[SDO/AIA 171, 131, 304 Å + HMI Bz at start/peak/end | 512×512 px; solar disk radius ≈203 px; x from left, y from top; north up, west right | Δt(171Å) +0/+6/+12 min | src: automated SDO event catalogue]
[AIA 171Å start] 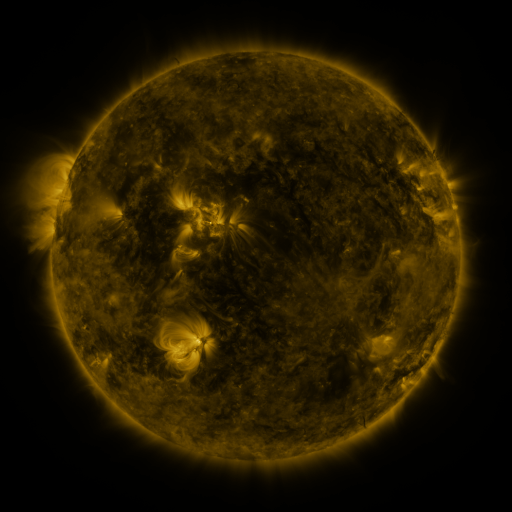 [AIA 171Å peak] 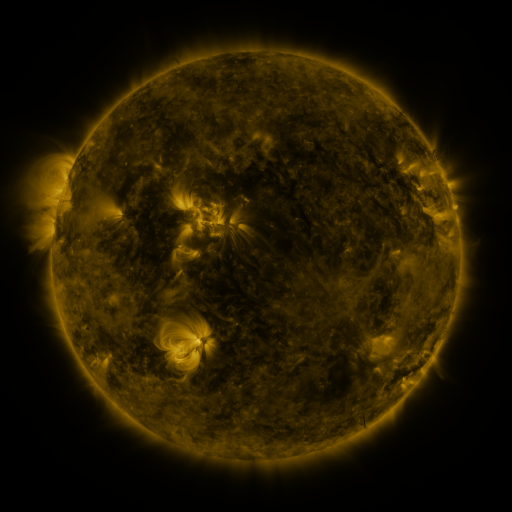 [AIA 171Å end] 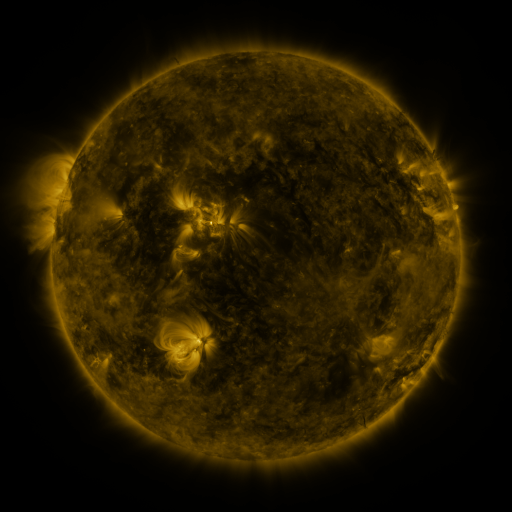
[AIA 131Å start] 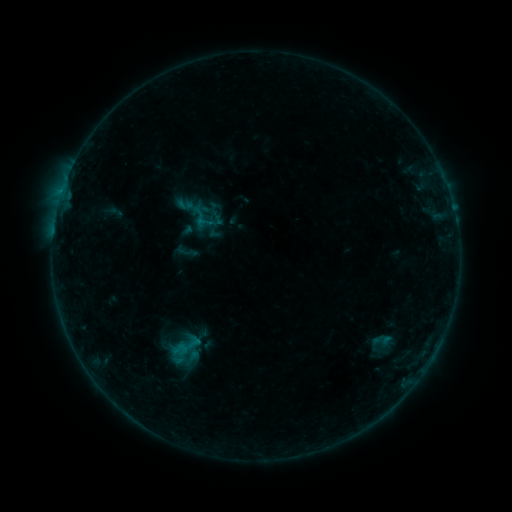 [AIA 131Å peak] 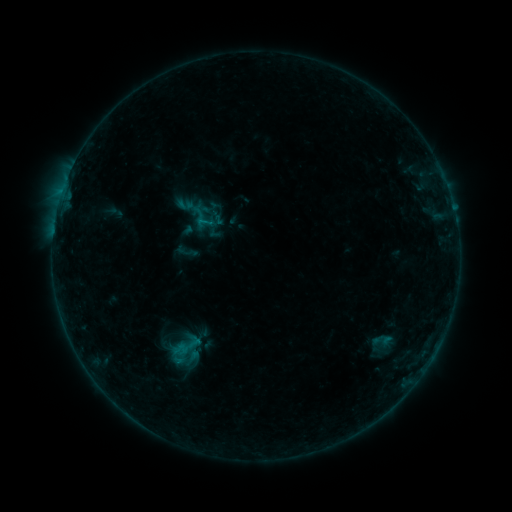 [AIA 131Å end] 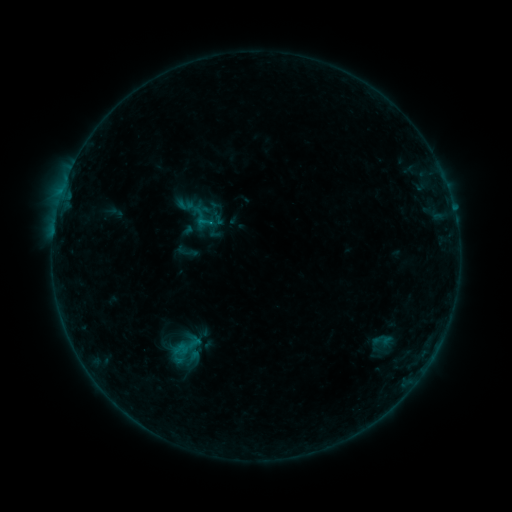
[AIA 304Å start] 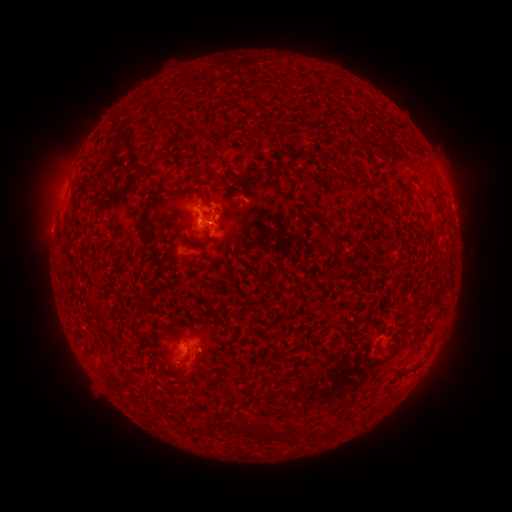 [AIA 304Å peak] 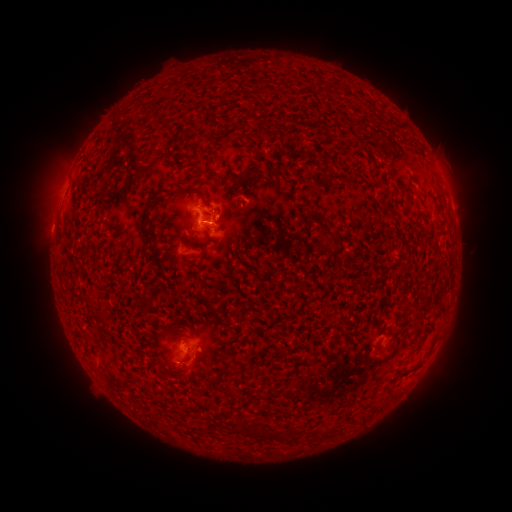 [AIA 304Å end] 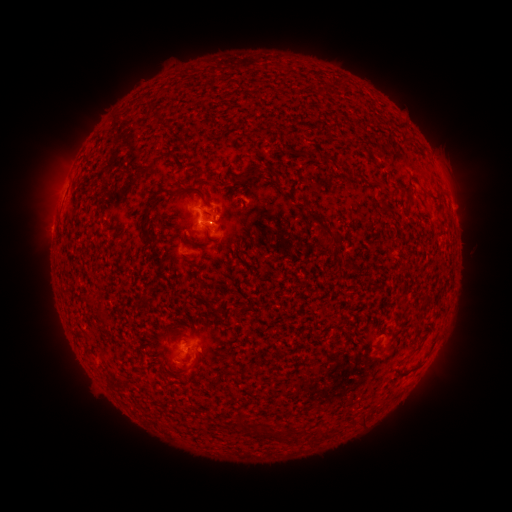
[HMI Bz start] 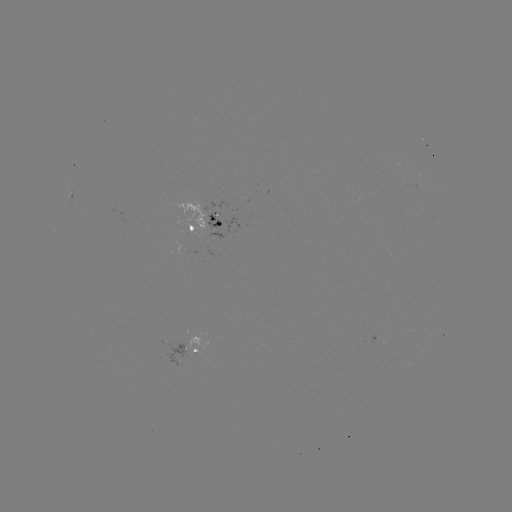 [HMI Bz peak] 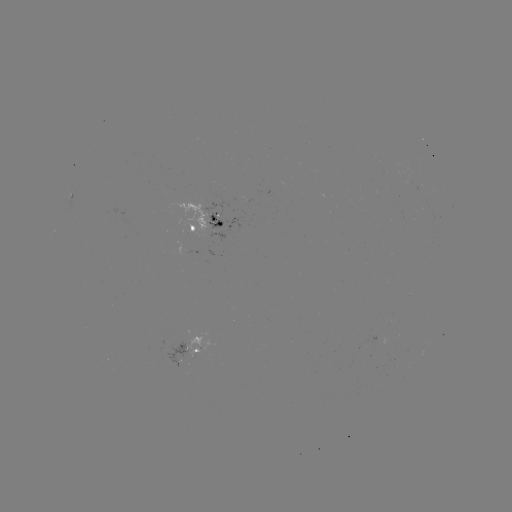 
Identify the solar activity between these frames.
B3.9 flare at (205, 222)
